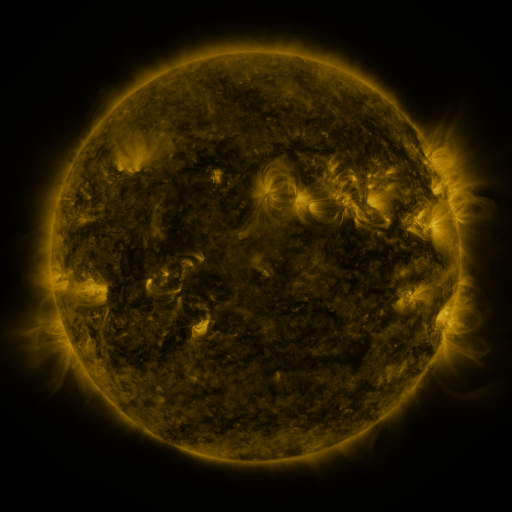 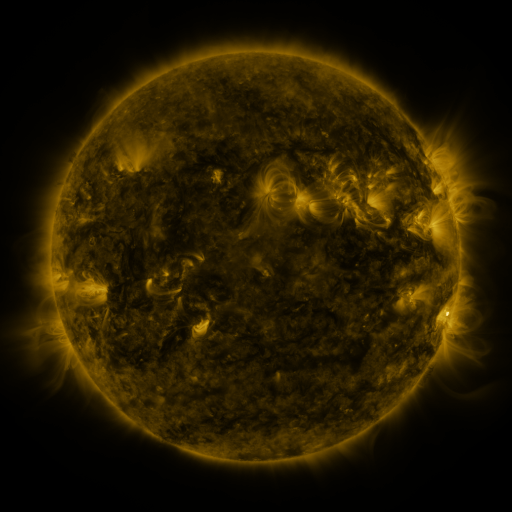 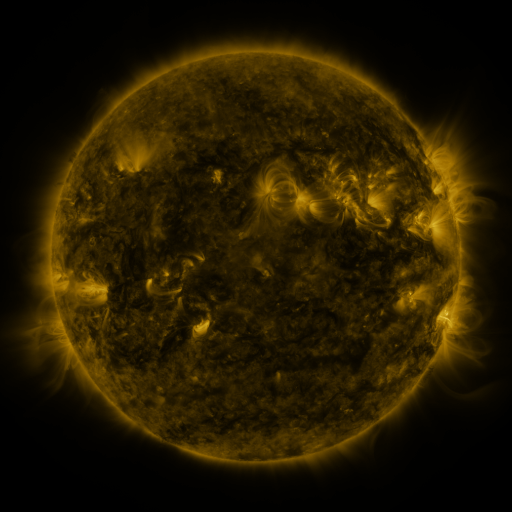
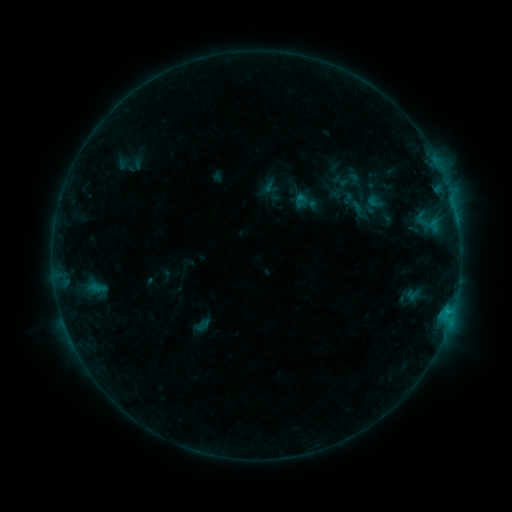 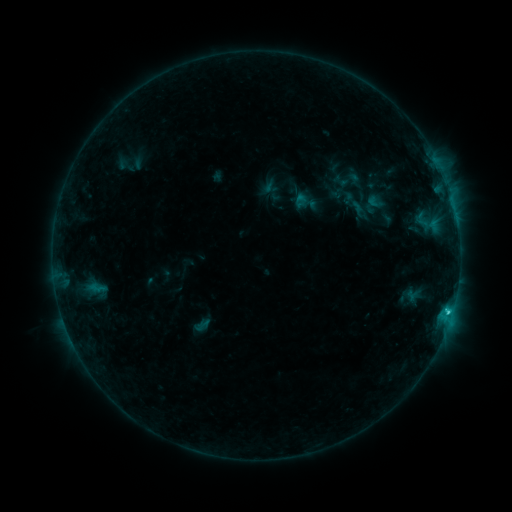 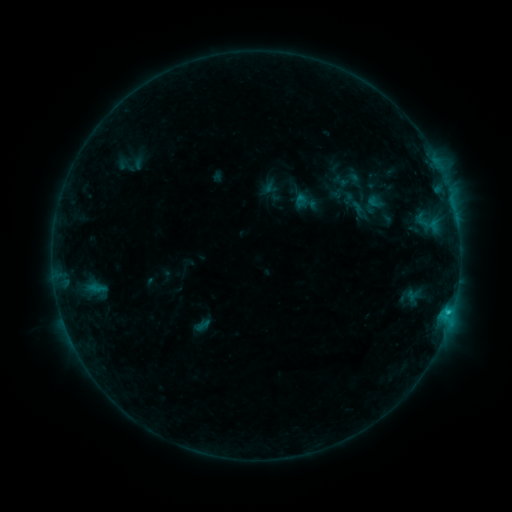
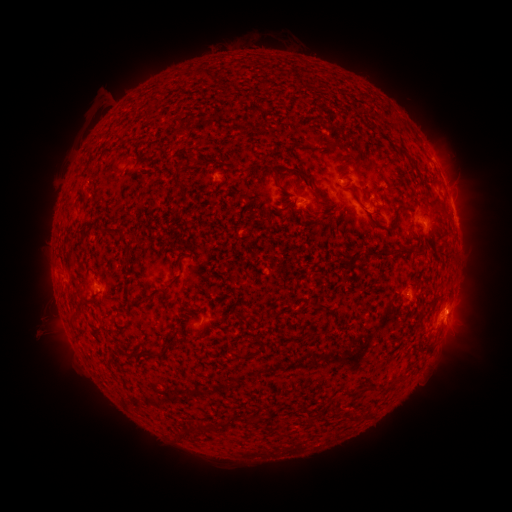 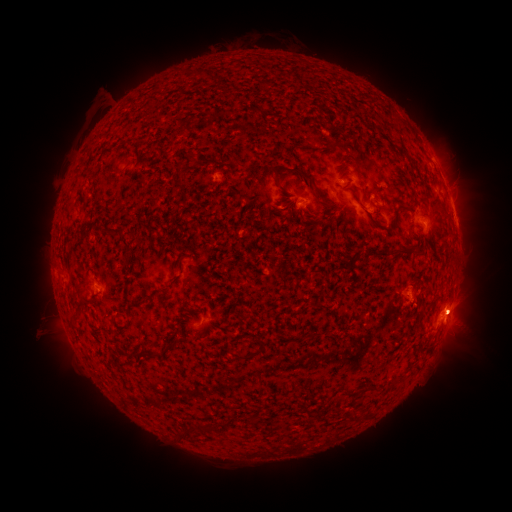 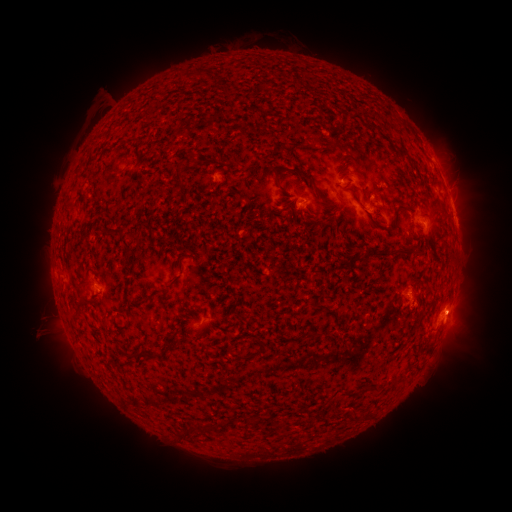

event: flare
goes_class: C1.2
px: (447, 311)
